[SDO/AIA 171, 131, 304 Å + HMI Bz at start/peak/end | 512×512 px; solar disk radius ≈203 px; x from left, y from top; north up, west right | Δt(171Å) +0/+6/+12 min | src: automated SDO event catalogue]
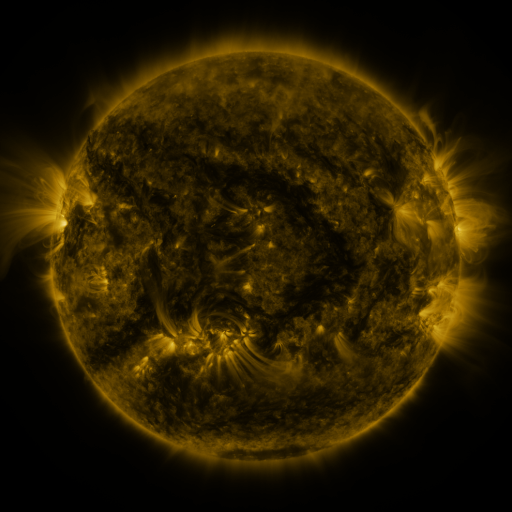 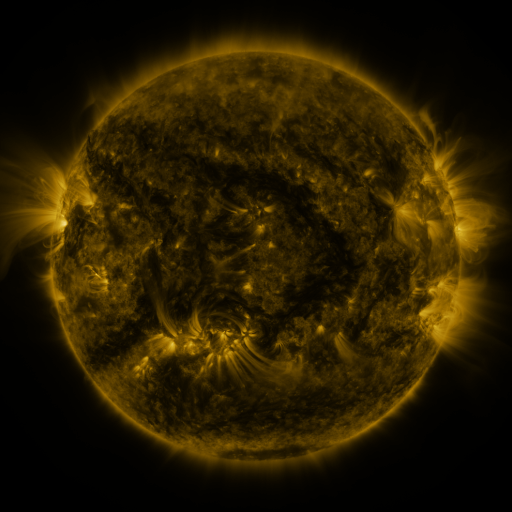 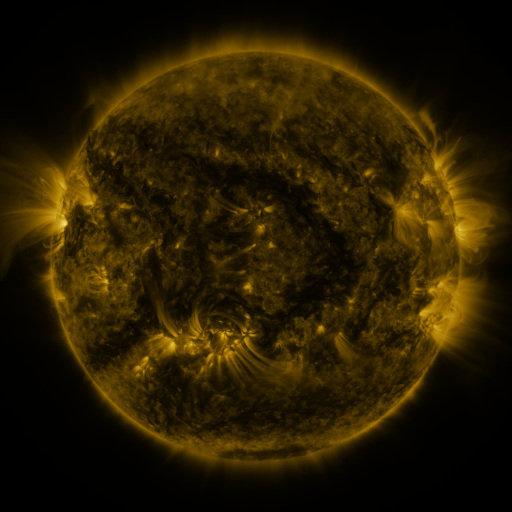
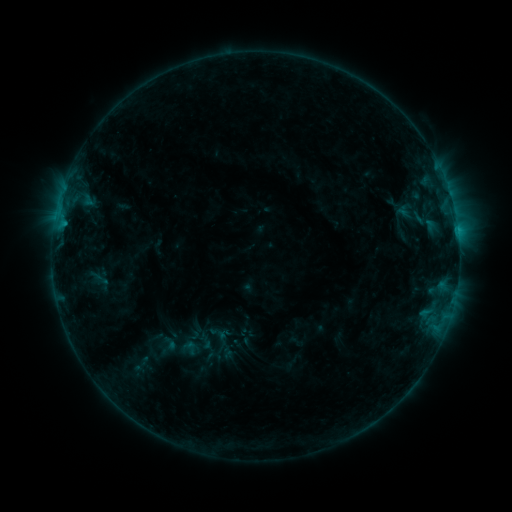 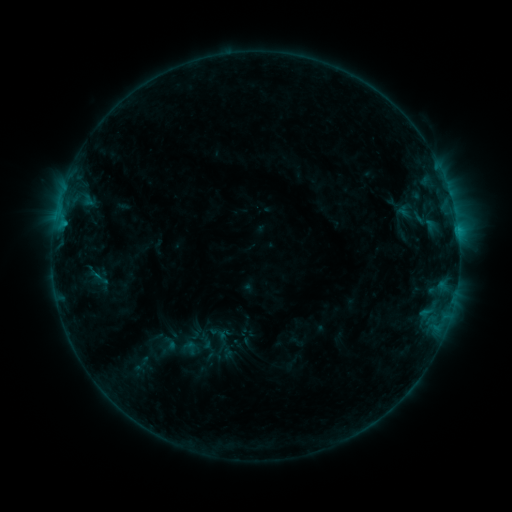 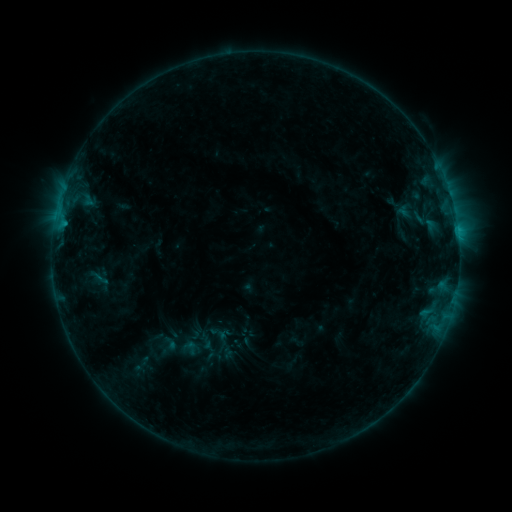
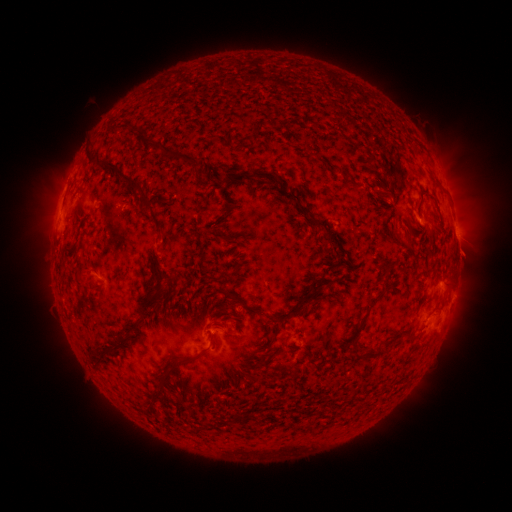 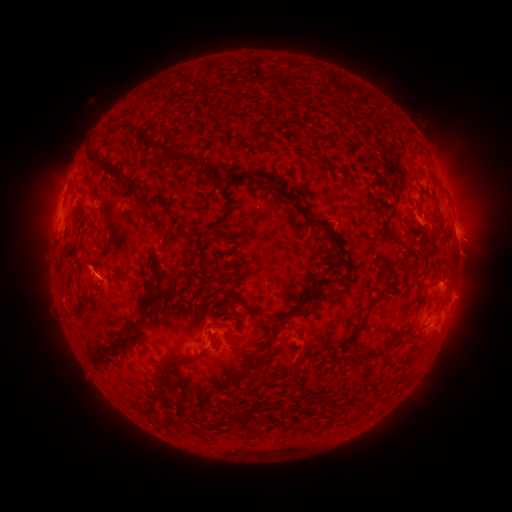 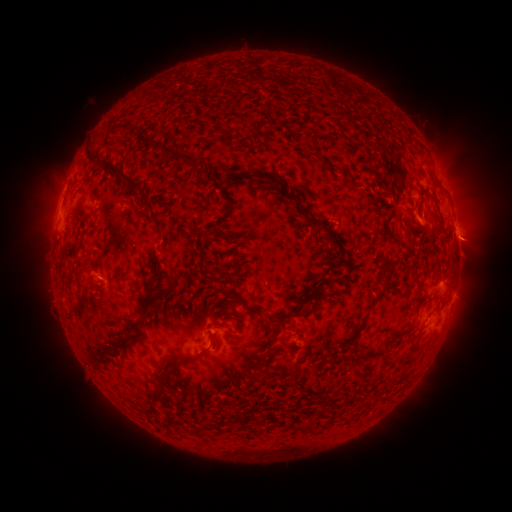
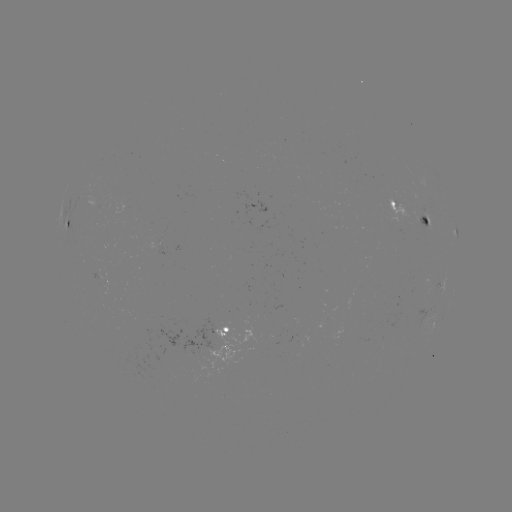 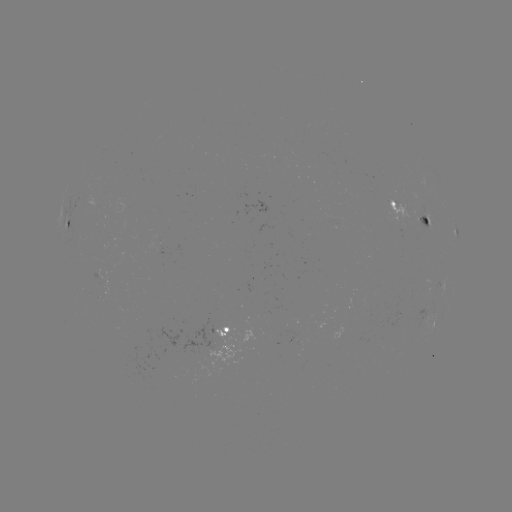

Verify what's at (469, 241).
eruption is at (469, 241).